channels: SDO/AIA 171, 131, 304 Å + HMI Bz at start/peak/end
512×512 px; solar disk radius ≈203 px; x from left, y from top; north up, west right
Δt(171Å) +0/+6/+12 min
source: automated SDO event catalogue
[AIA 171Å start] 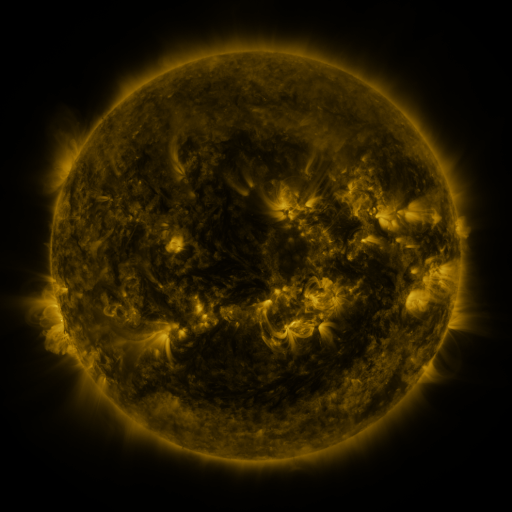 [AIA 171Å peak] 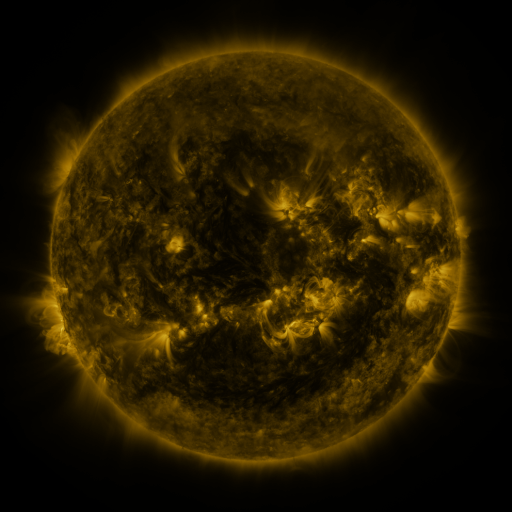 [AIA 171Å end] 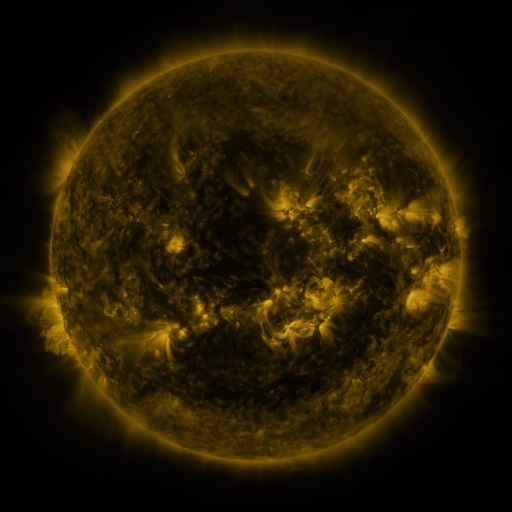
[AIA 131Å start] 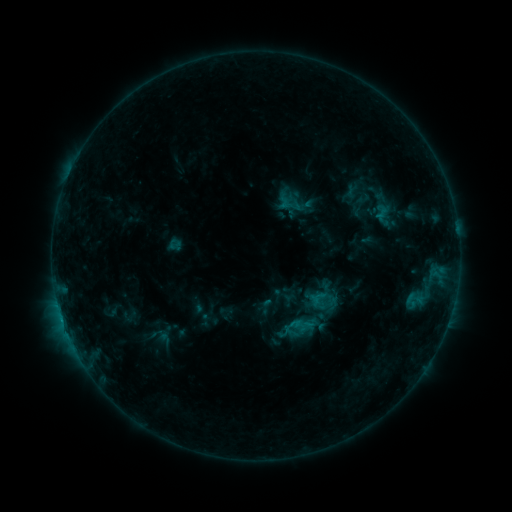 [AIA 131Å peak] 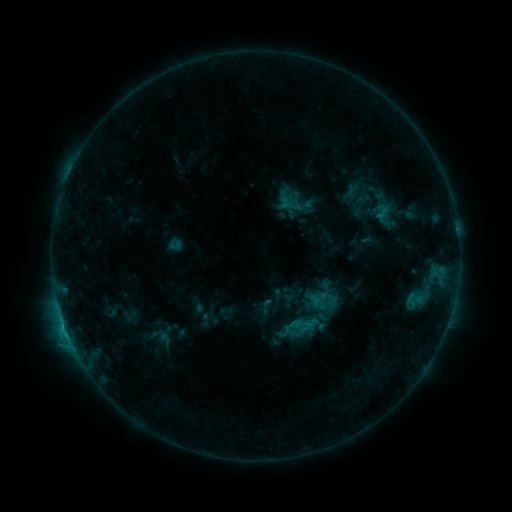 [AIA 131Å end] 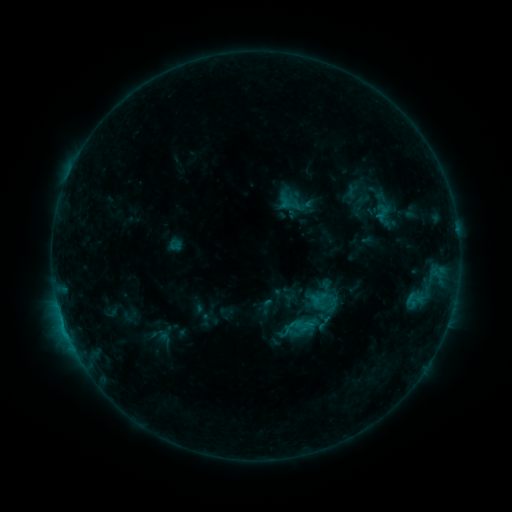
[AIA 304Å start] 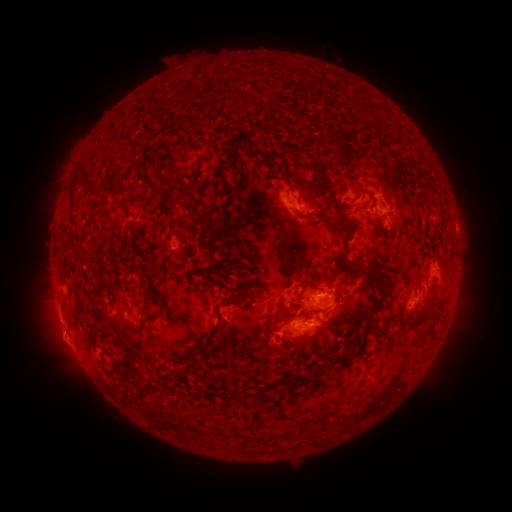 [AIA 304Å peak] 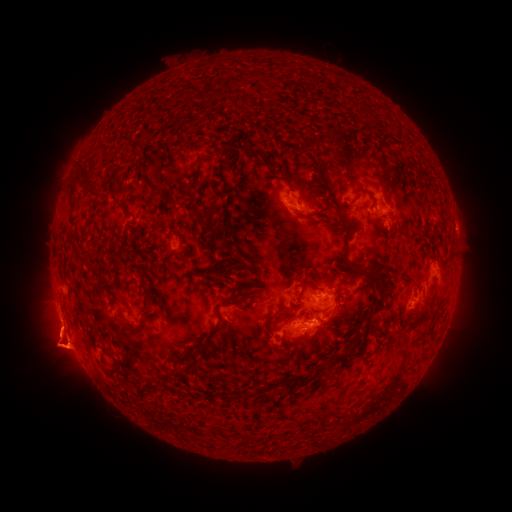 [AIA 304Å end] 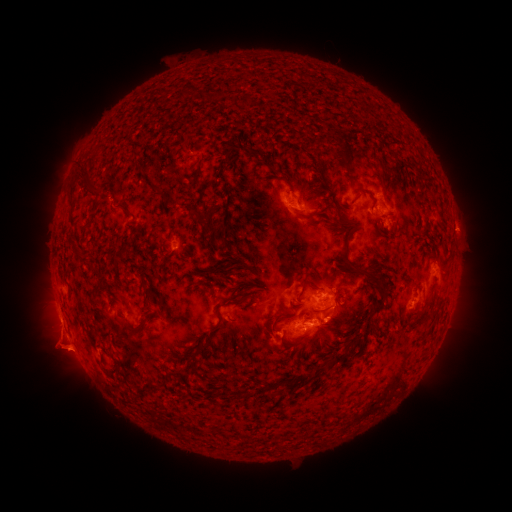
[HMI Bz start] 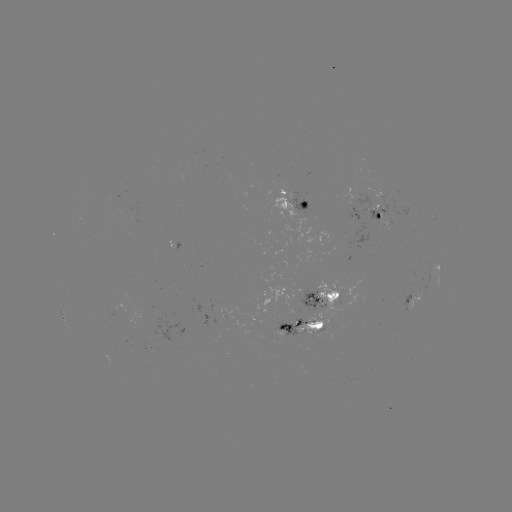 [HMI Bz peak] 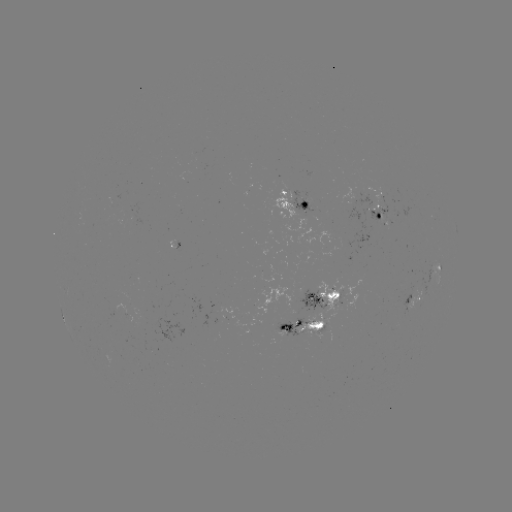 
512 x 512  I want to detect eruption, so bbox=[0, 258, 149, 390].